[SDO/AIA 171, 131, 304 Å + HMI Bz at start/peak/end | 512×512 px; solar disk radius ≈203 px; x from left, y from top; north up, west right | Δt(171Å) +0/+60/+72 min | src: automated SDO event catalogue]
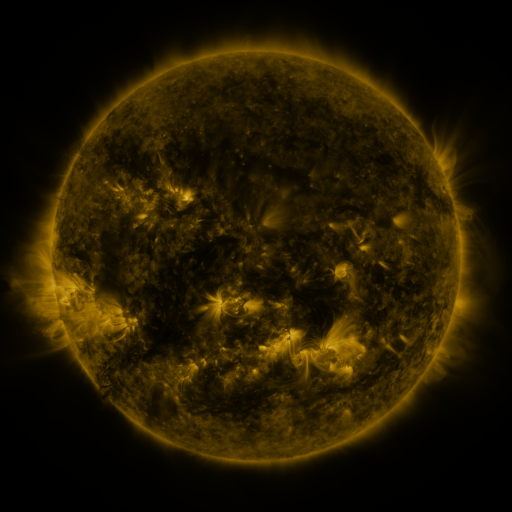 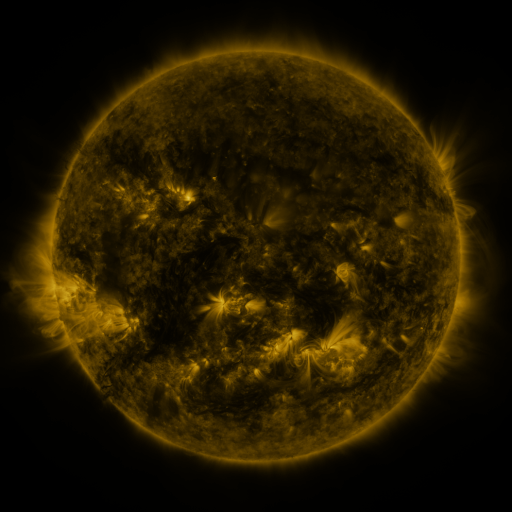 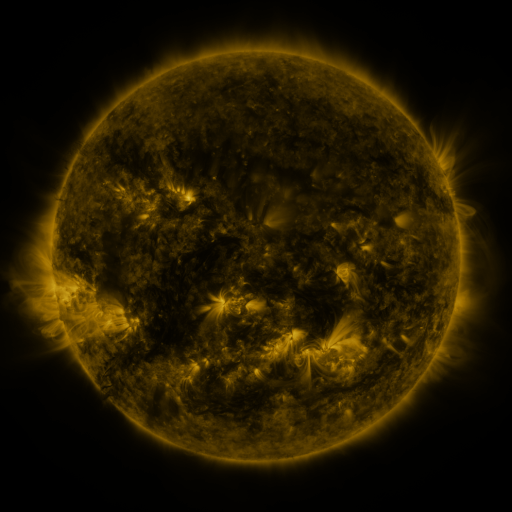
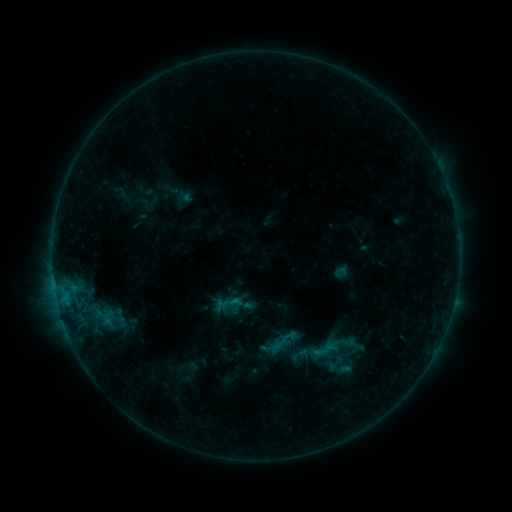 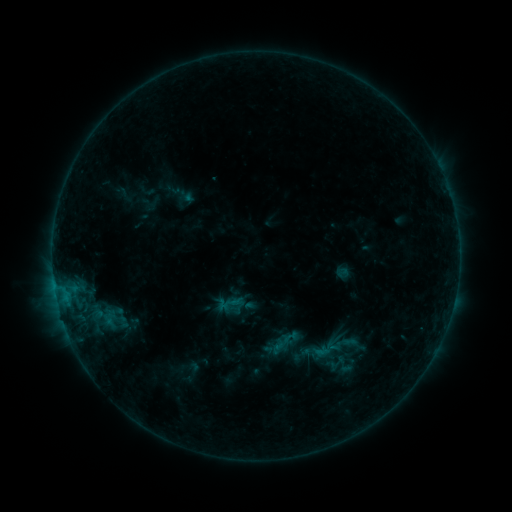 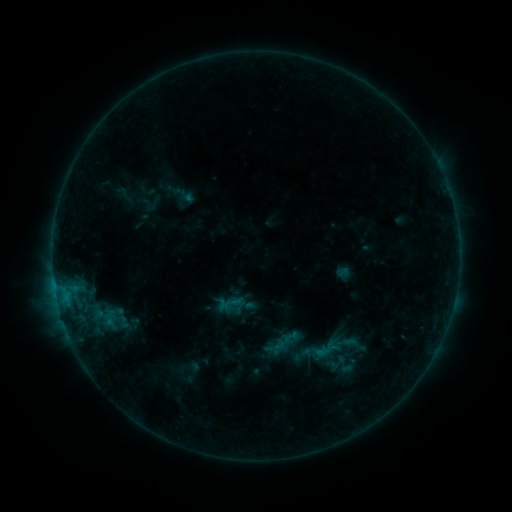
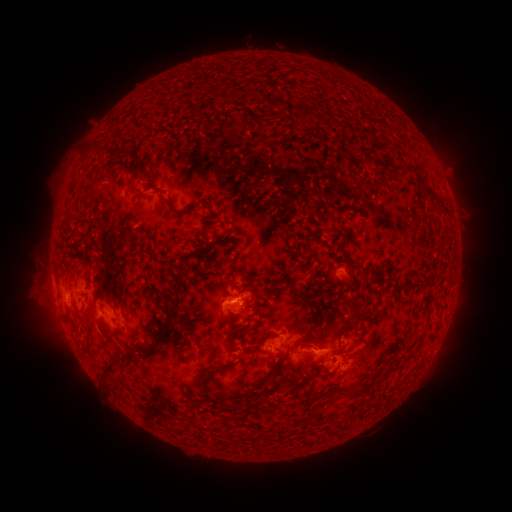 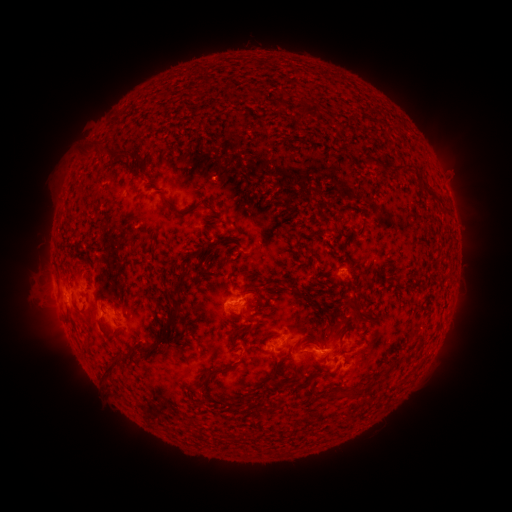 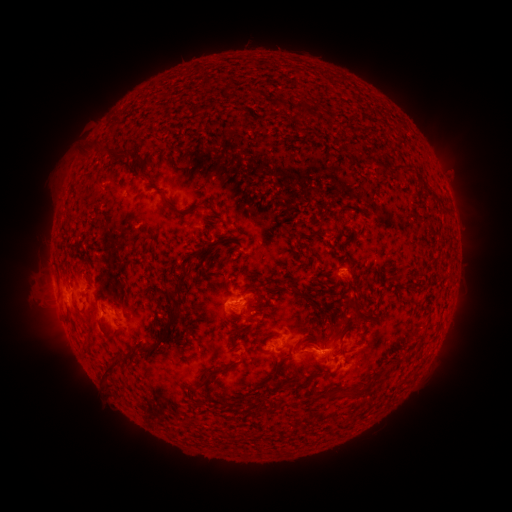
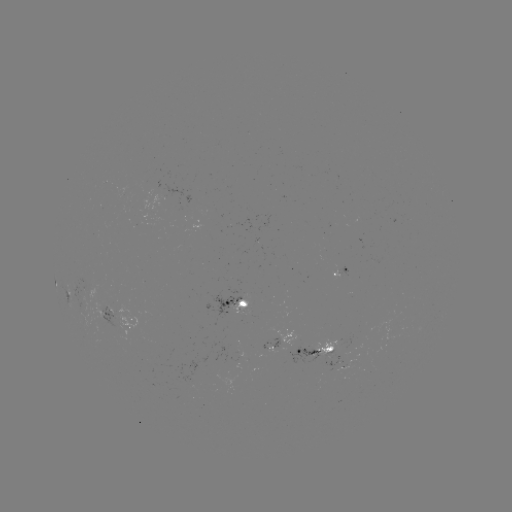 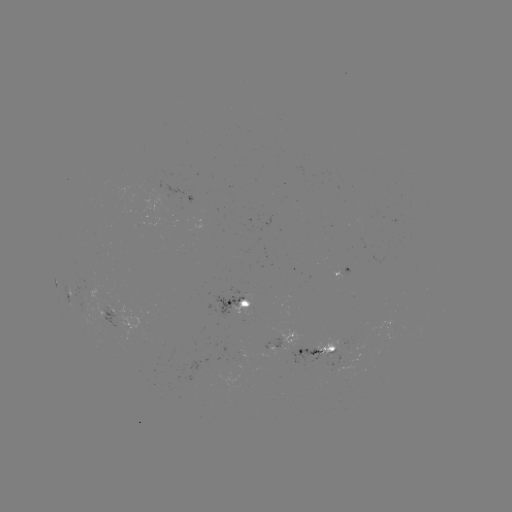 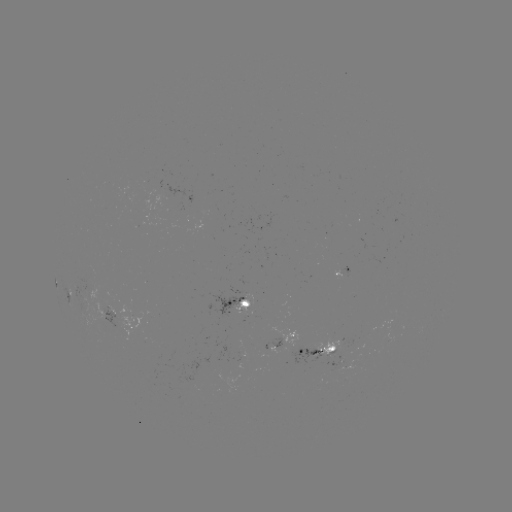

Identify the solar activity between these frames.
emerging-flux region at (172, 194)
